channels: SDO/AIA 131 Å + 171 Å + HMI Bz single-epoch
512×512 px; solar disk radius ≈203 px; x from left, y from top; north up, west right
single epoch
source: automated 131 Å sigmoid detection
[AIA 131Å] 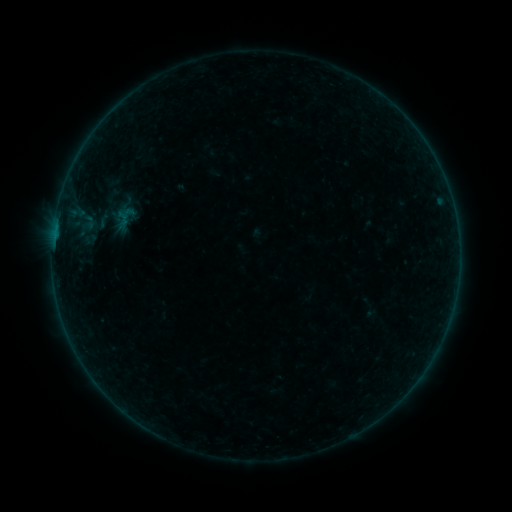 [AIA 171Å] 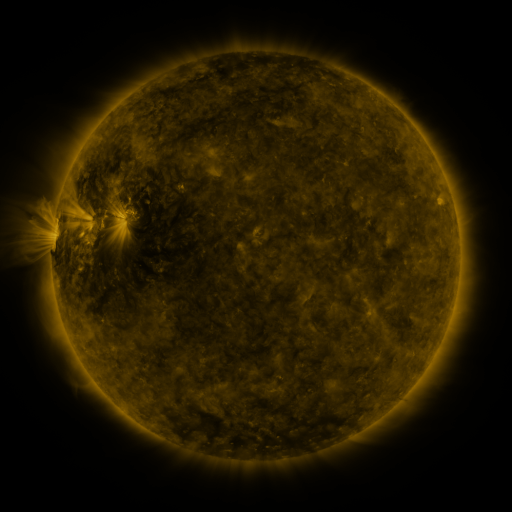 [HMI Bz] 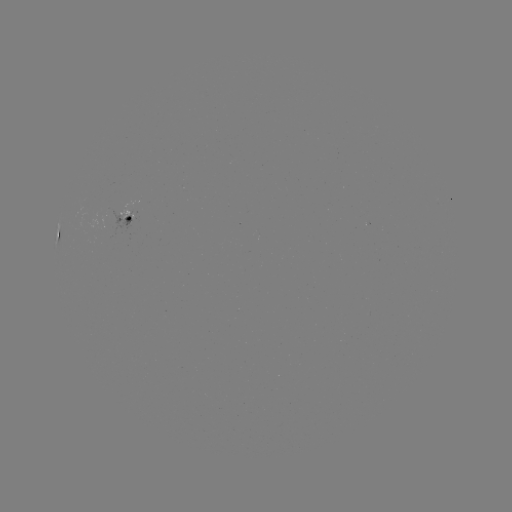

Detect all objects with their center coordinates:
sigmoid: (124, 218)
